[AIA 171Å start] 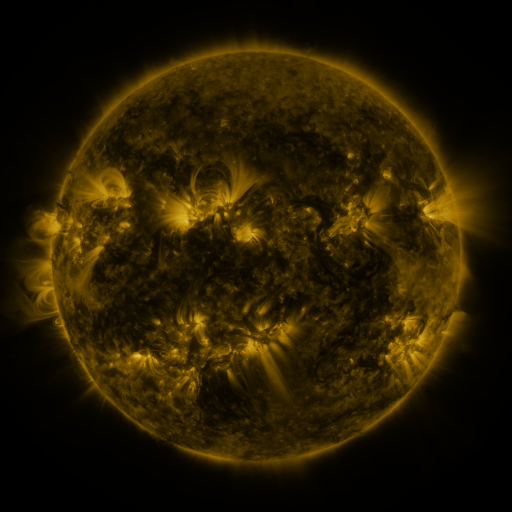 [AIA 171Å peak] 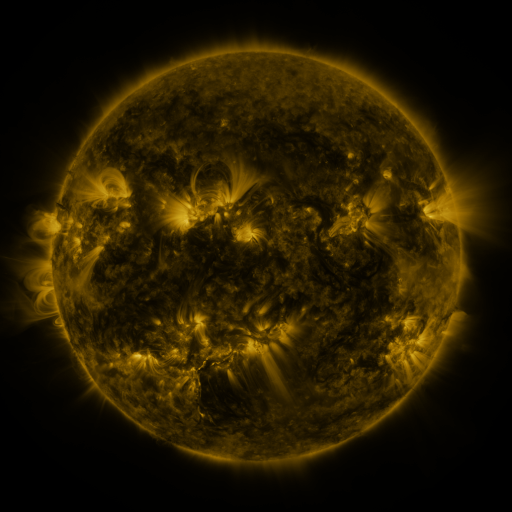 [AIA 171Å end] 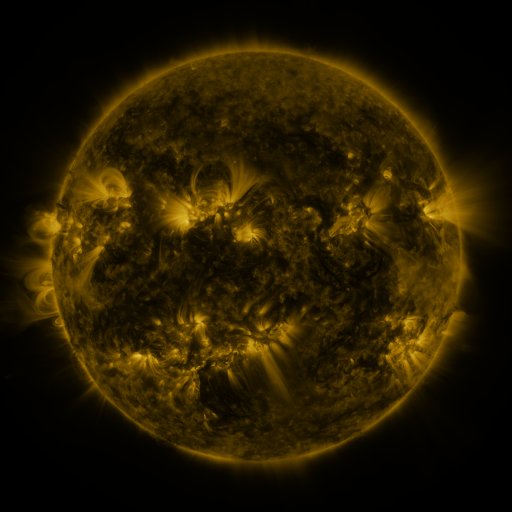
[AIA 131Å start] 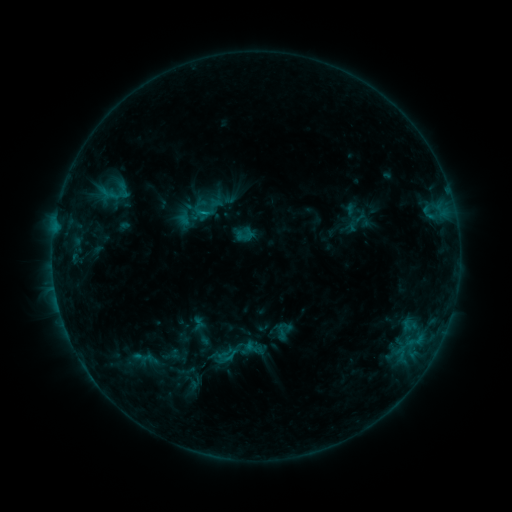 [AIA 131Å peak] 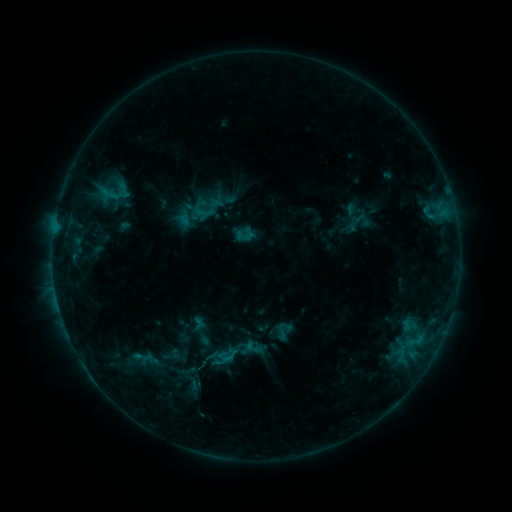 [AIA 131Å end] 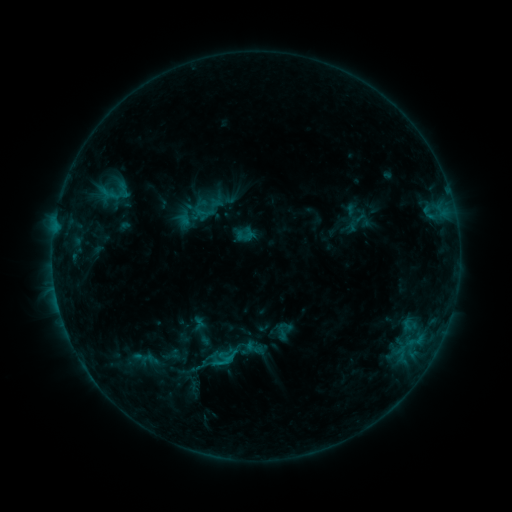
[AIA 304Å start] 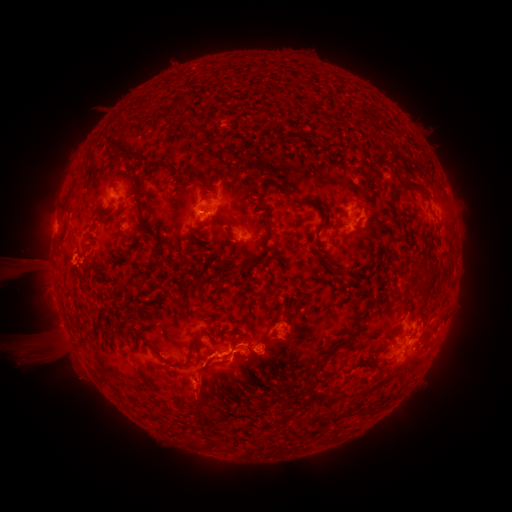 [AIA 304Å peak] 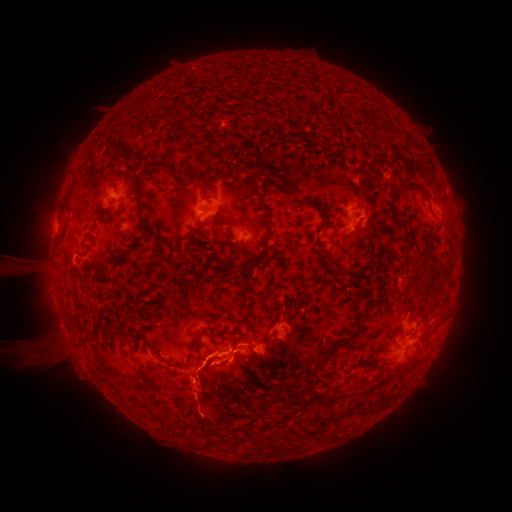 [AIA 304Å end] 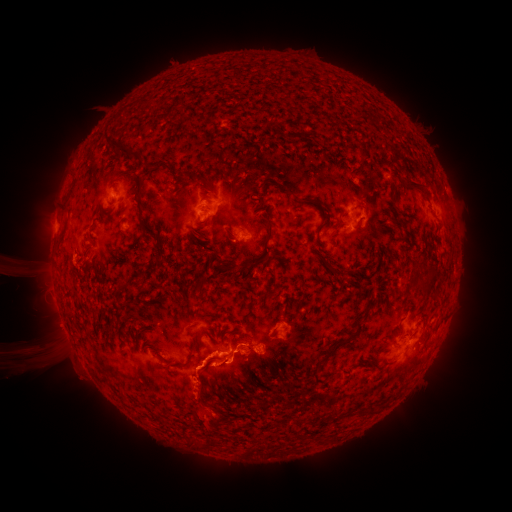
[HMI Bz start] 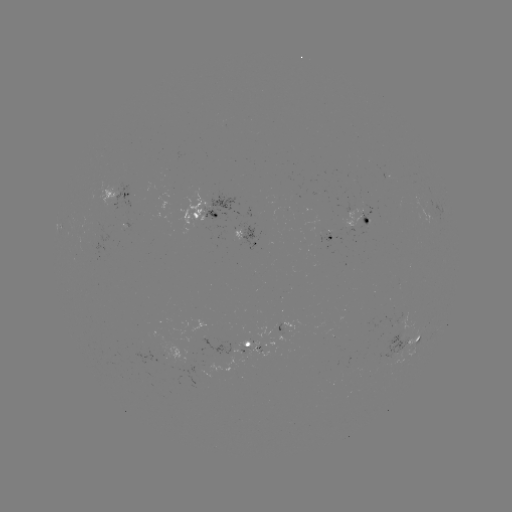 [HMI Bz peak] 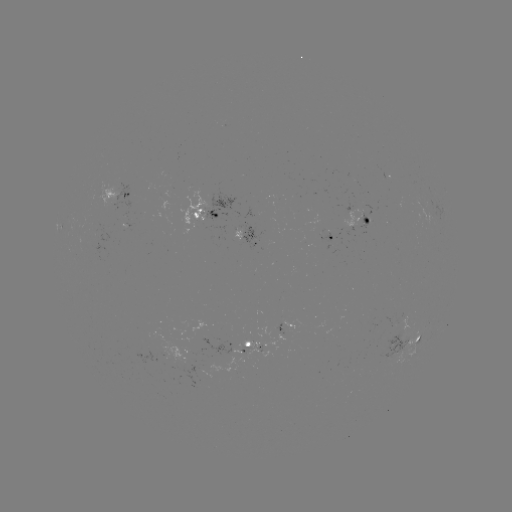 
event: eruption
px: (208, 394)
